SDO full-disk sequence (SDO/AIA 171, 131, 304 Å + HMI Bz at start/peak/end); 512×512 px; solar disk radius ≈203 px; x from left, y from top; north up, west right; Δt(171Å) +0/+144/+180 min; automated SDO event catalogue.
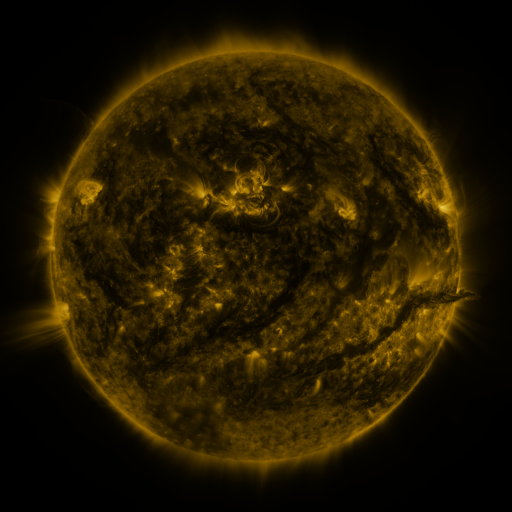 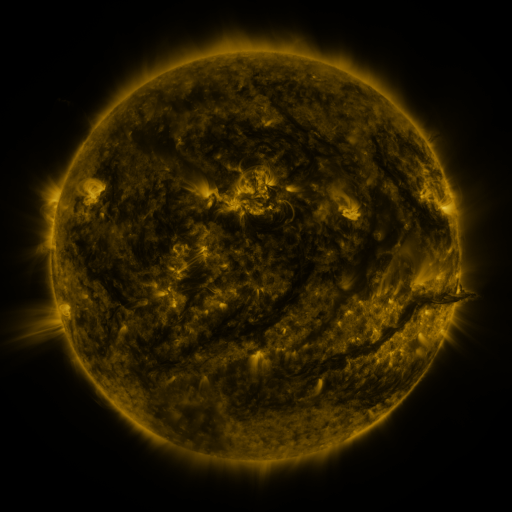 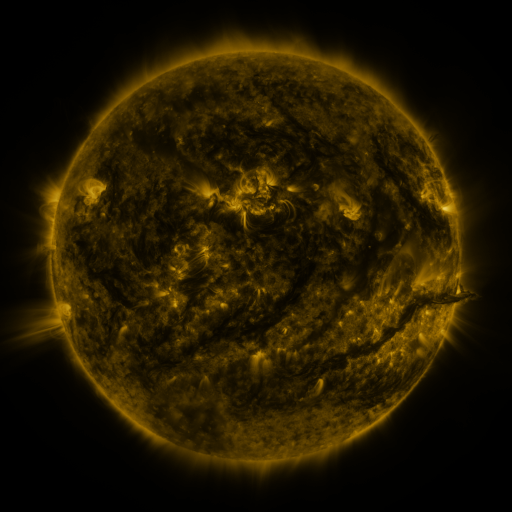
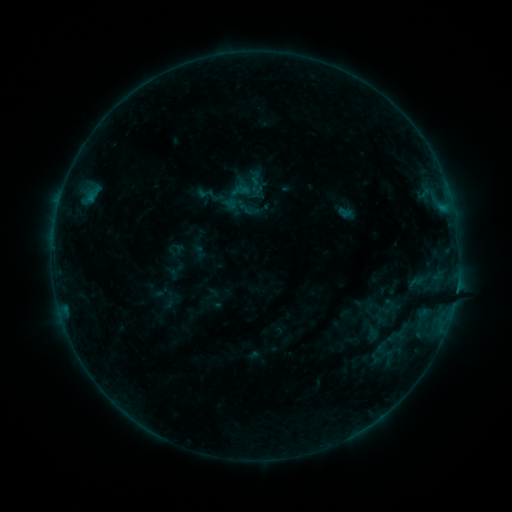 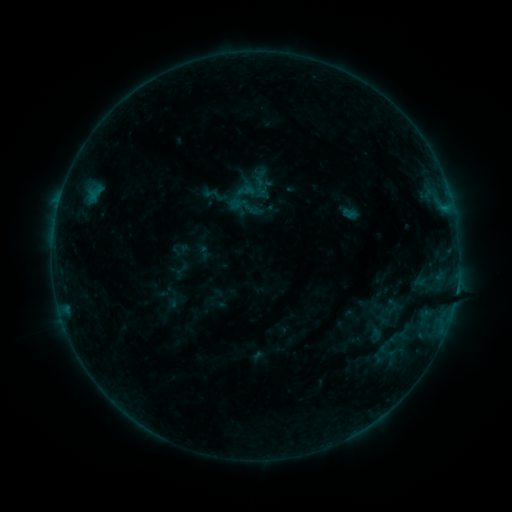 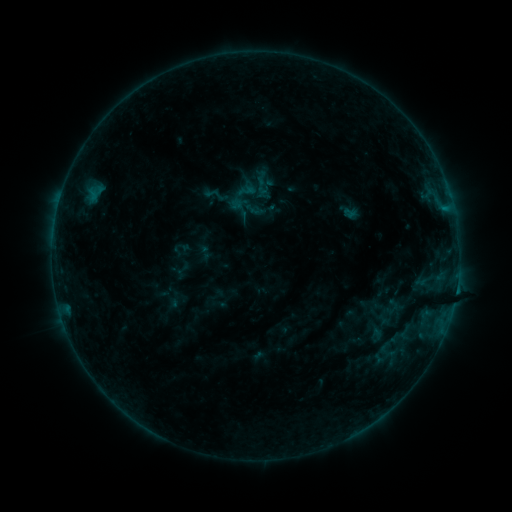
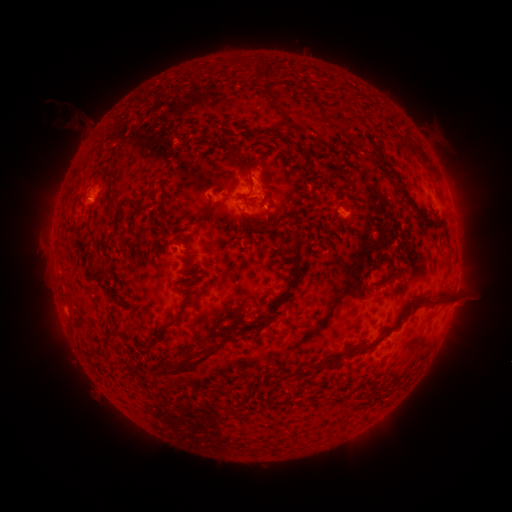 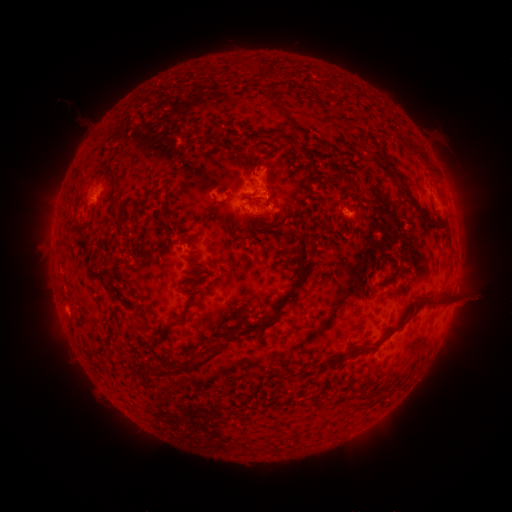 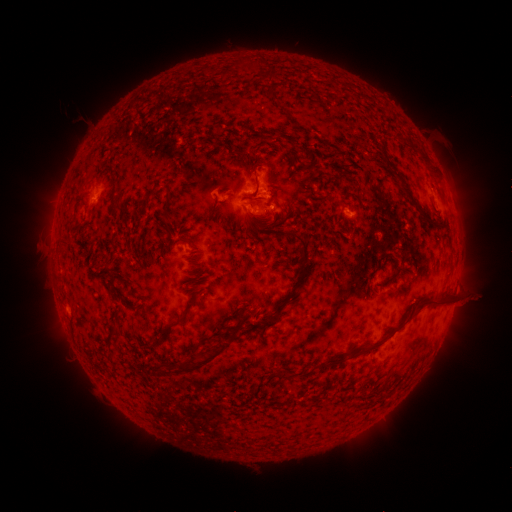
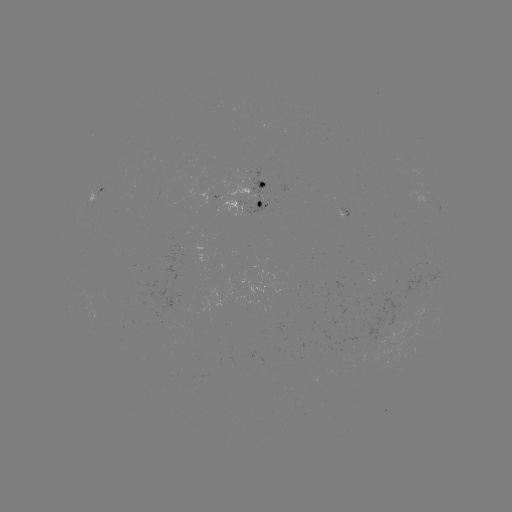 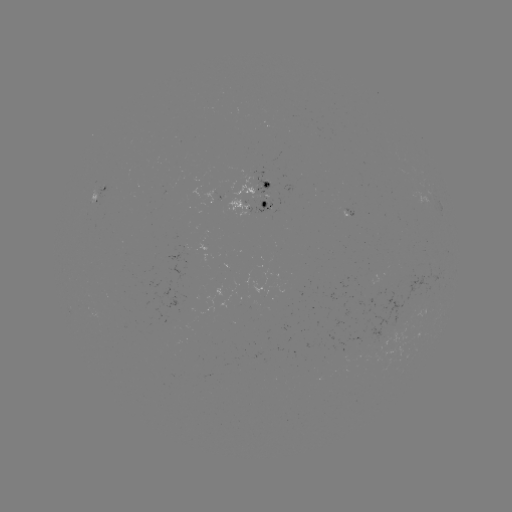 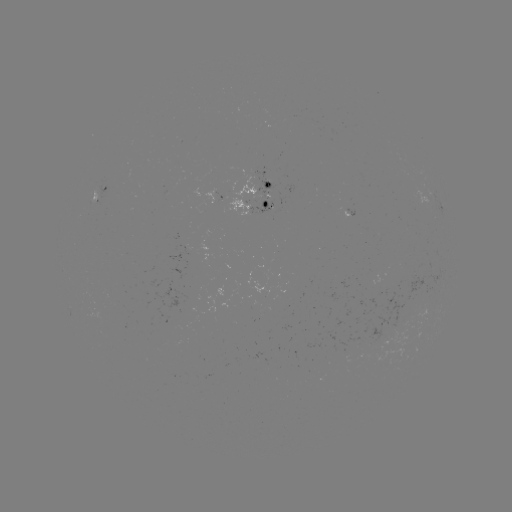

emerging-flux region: (247, 202, 271, 216)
